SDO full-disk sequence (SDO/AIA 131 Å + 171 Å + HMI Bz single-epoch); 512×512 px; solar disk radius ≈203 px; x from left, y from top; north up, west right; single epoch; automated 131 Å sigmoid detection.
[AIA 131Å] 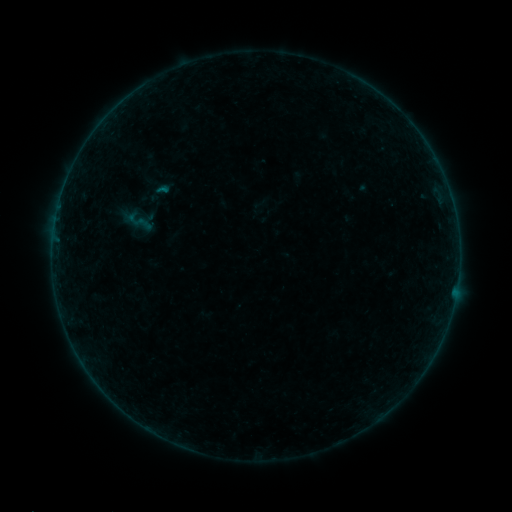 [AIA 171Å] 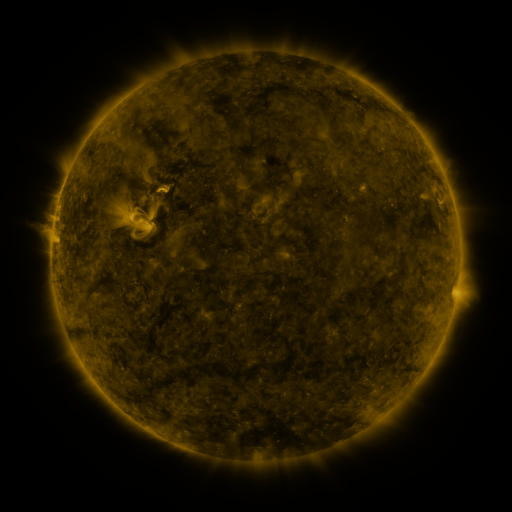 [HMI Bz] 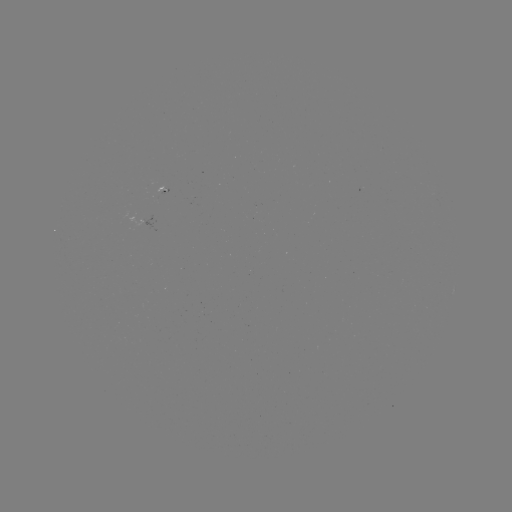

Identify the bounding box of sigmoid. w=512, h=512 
[125, 207, 154, 236].